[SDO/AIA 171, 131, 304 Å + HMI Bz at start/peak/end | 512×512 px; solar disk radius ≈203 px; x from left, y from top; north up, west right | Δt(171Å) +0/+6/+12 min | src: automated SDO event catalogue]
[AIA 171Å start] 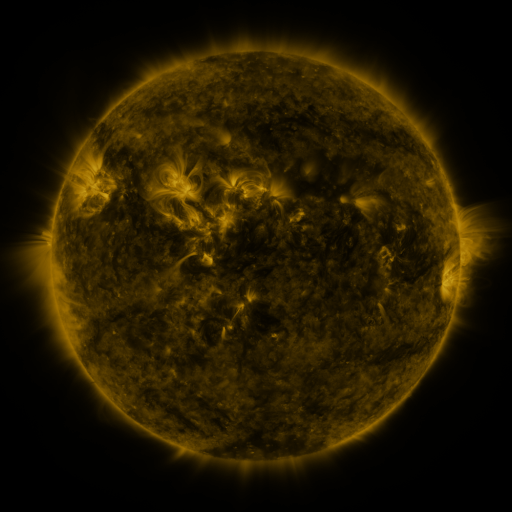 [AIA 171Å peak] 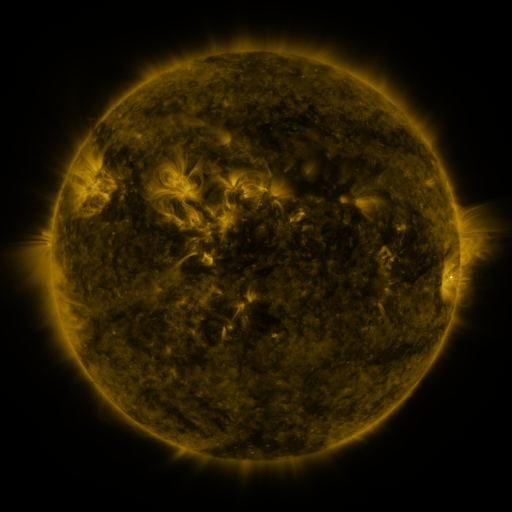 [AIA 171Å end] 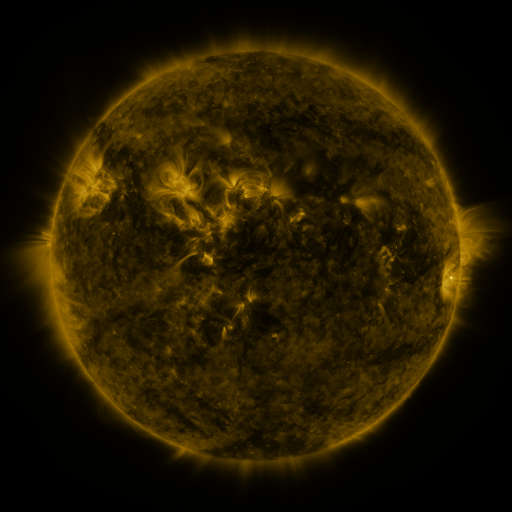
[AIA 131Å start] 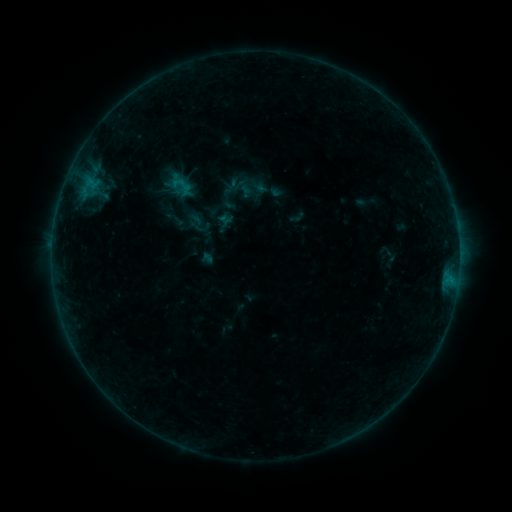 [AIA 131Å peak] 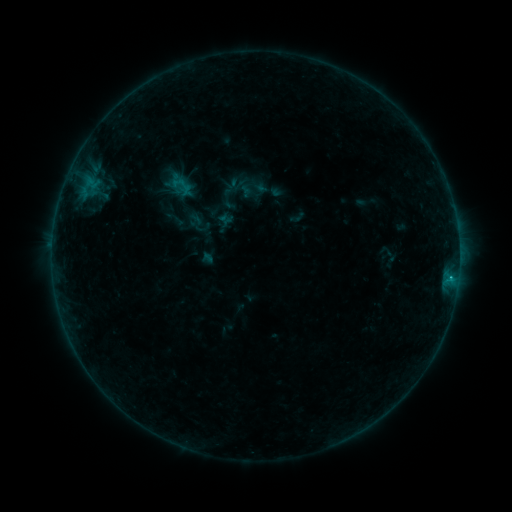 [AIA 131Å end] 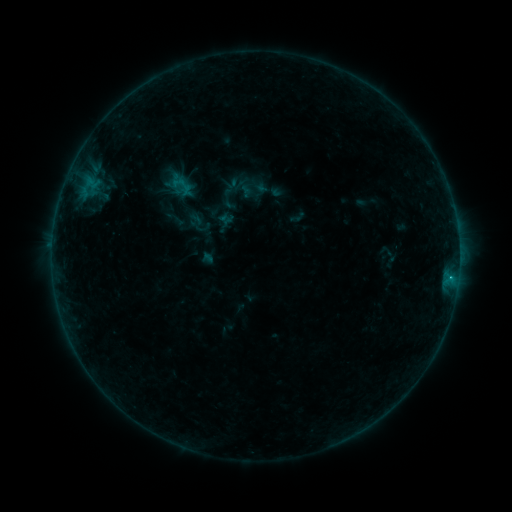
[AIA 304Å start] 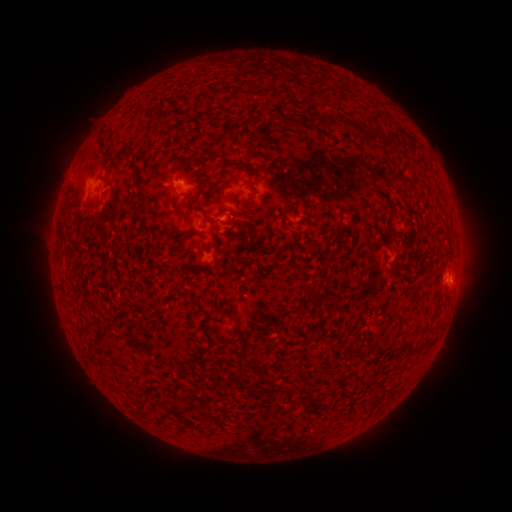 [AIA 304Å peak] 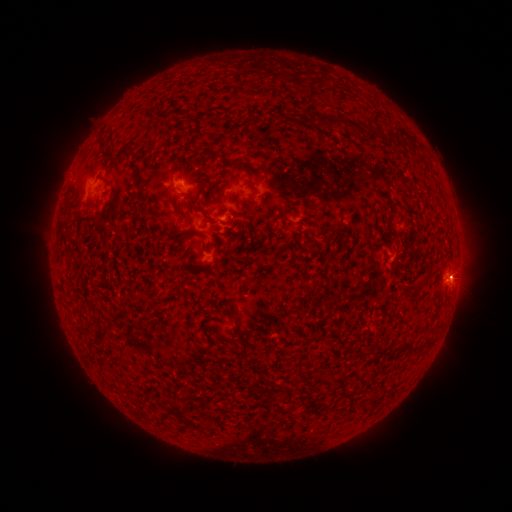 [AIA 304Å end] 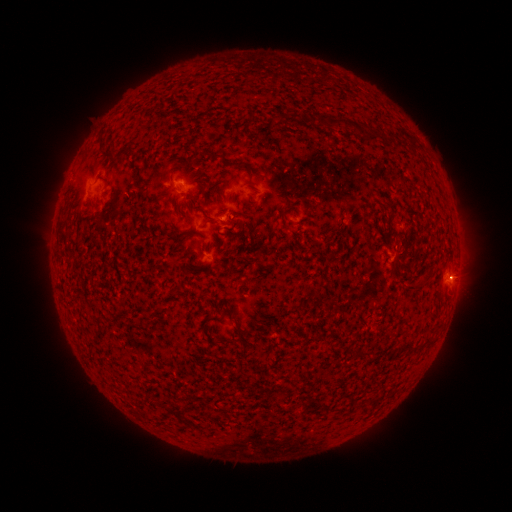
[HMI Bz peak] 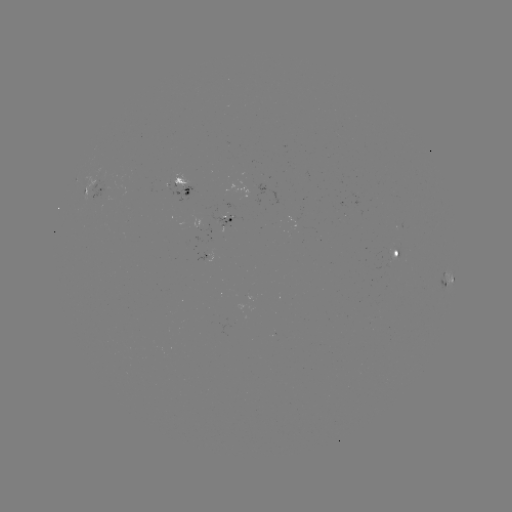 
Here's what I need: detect B4.2 flare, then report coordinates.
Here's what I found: B4.2 flare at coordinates [451, 276].